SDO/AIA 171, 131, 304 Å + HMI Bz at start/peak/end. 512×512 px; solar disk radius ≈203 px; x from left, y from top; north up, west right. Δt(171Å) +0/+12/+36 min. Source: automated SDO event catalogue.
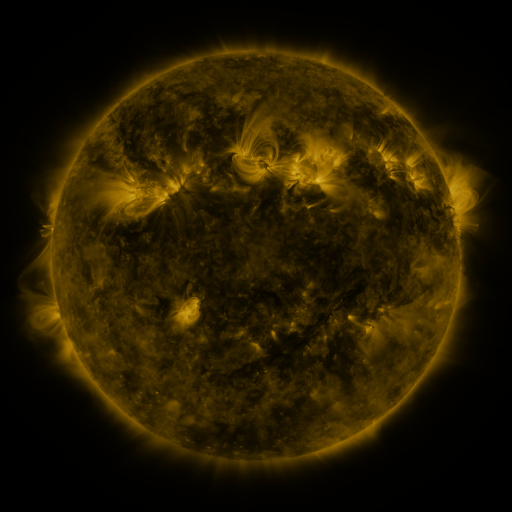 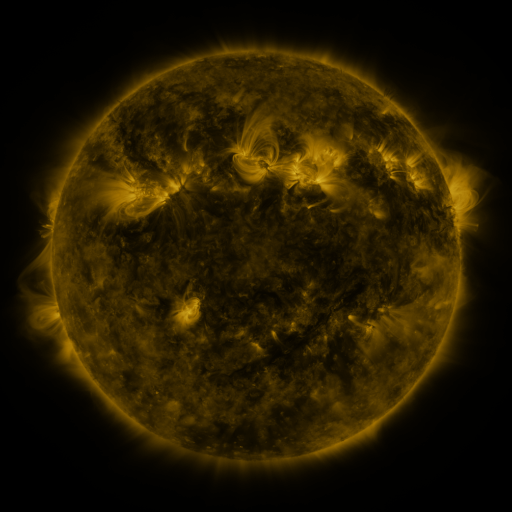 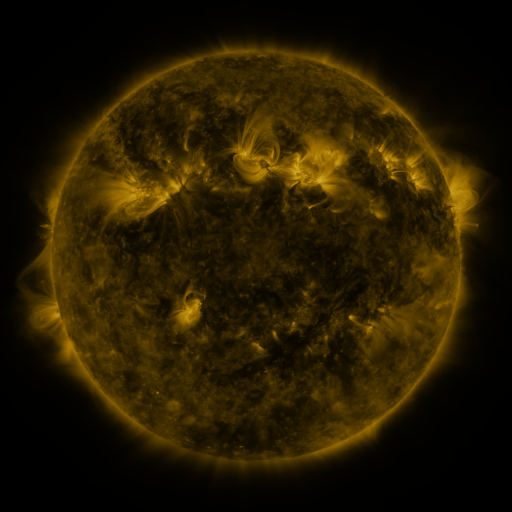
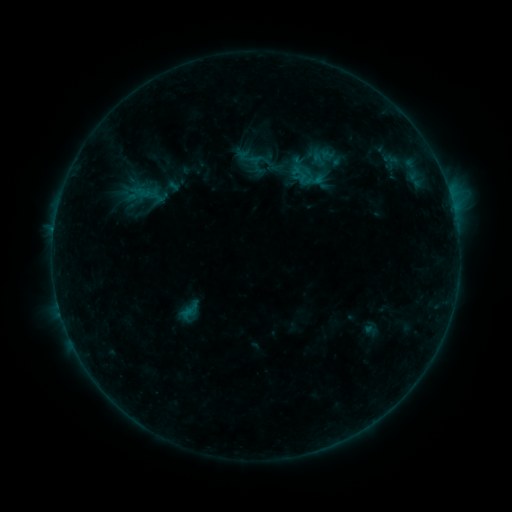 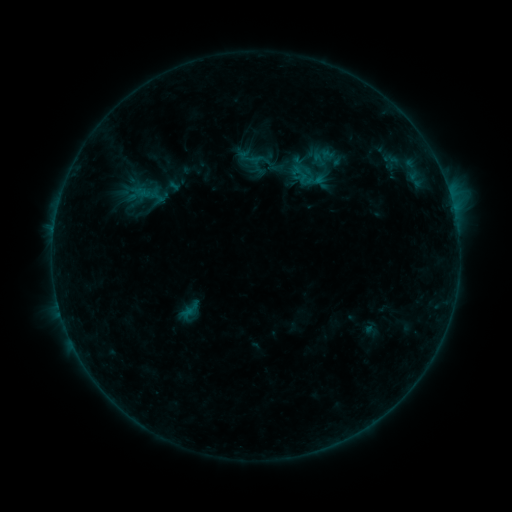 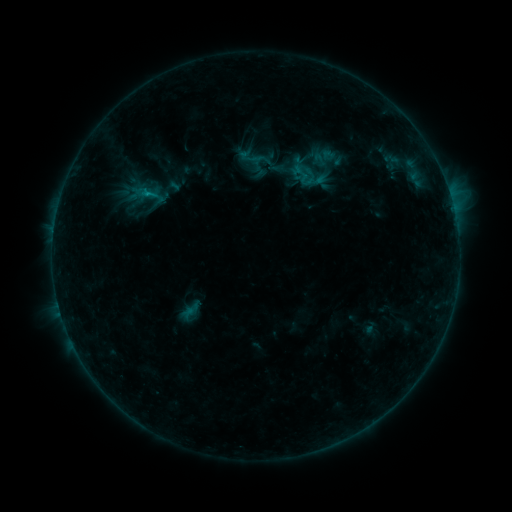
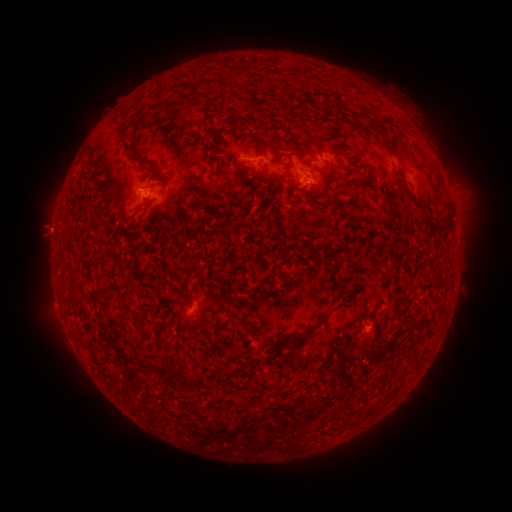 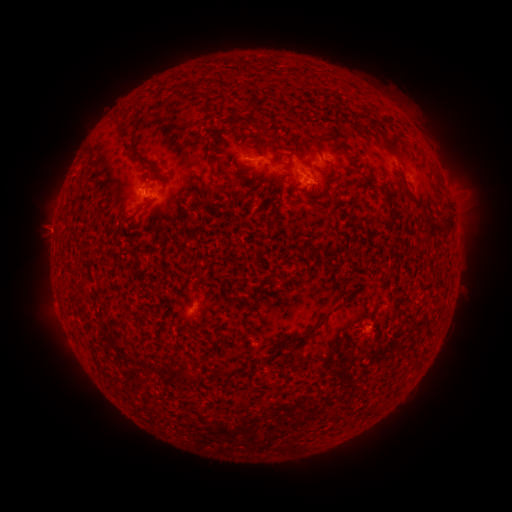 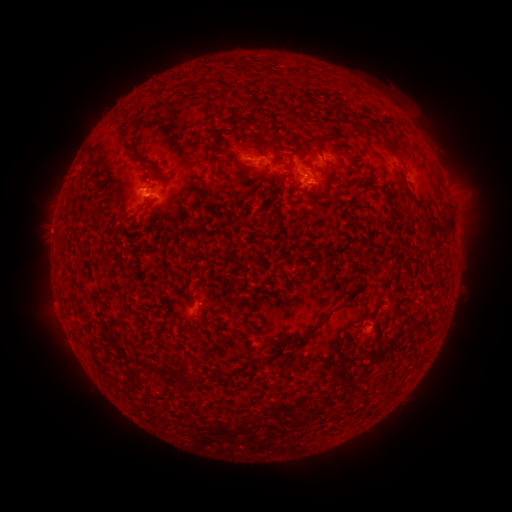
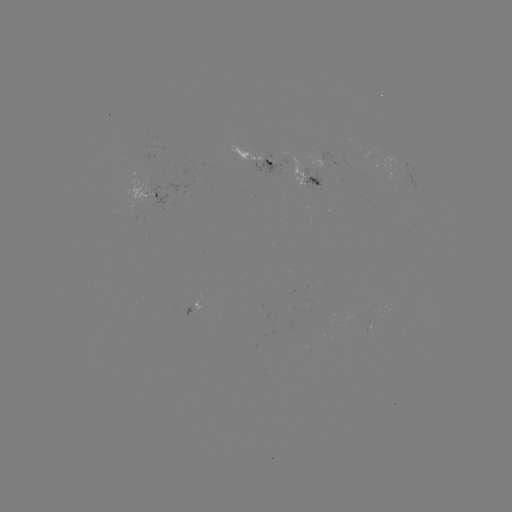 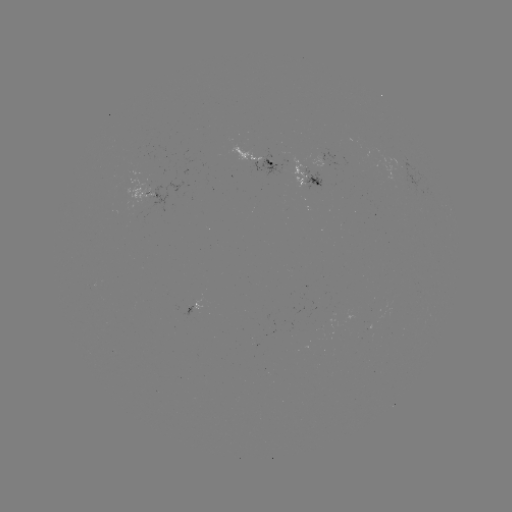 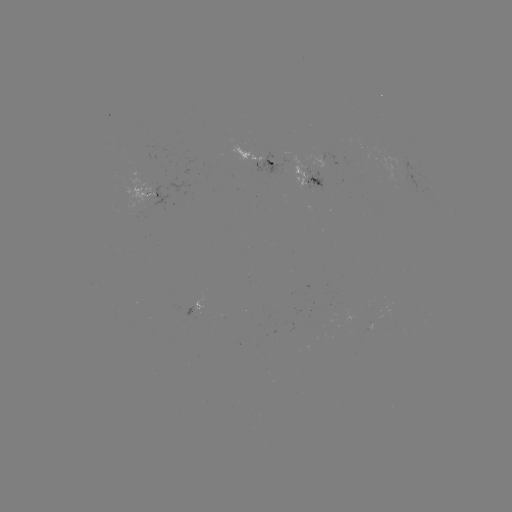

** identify emerging-flux region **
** (154, 193) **